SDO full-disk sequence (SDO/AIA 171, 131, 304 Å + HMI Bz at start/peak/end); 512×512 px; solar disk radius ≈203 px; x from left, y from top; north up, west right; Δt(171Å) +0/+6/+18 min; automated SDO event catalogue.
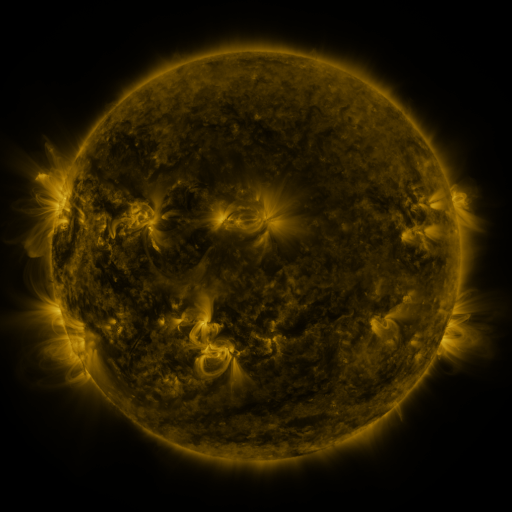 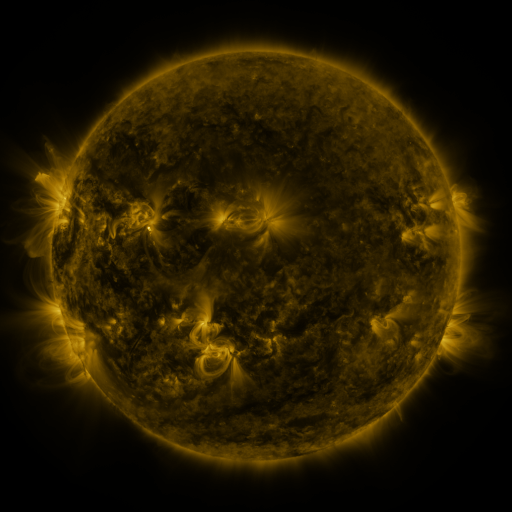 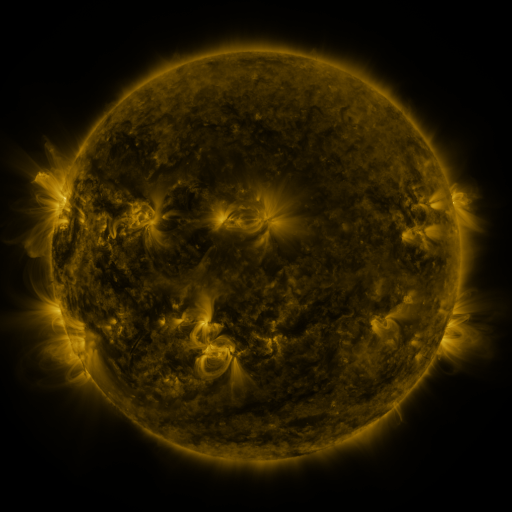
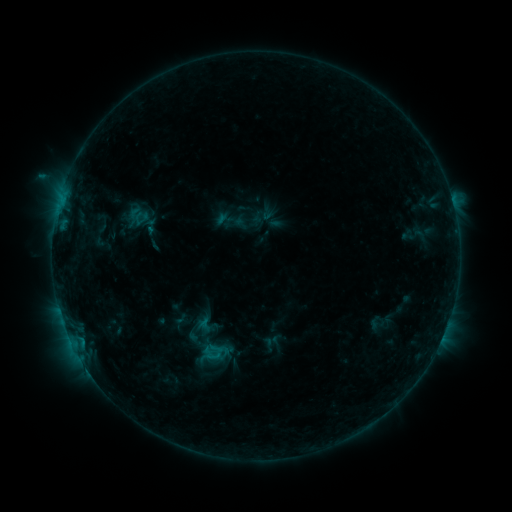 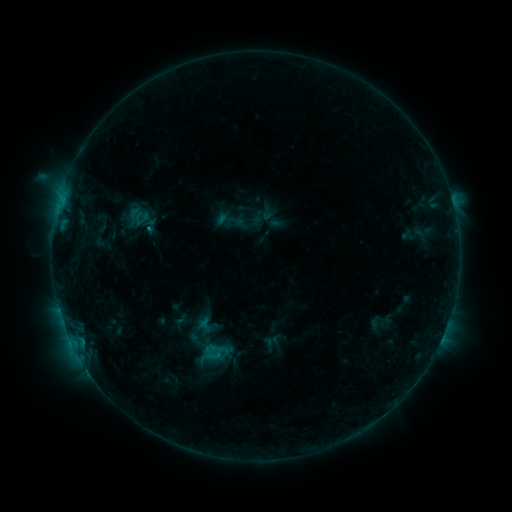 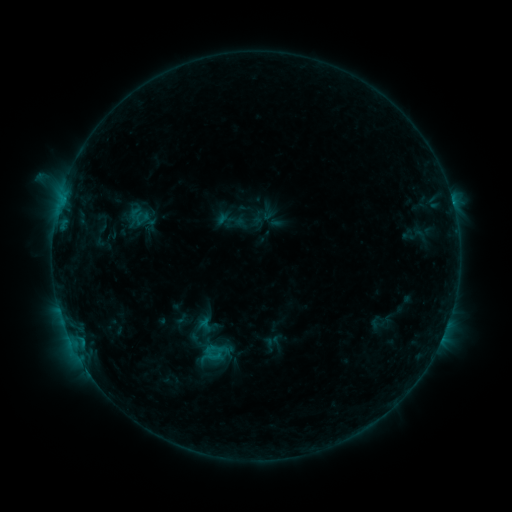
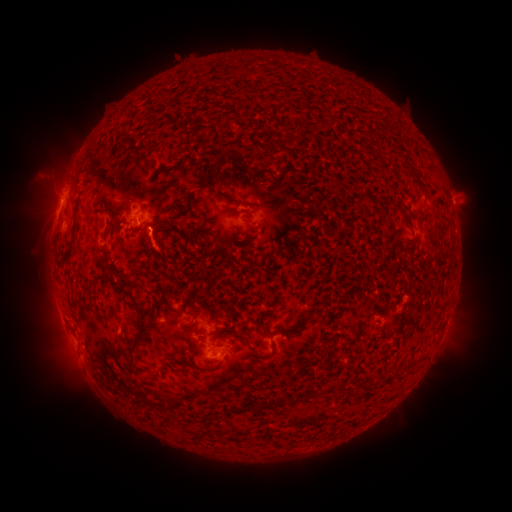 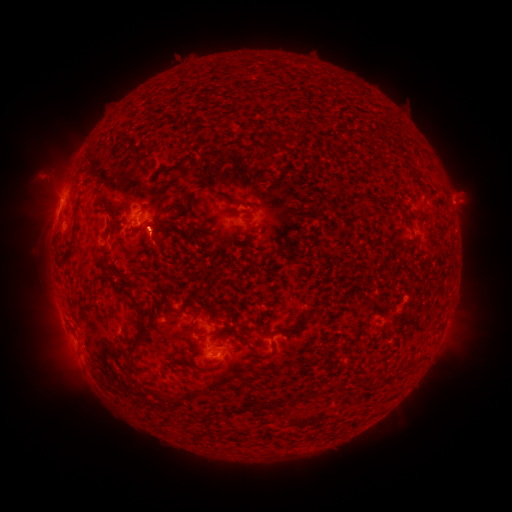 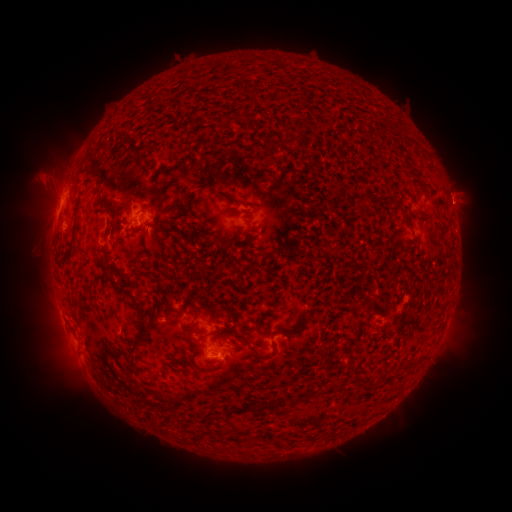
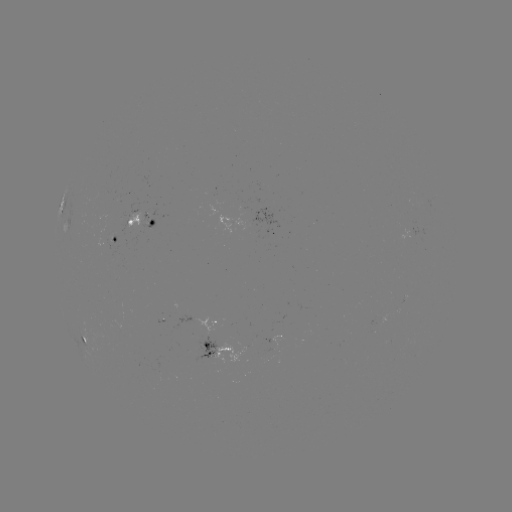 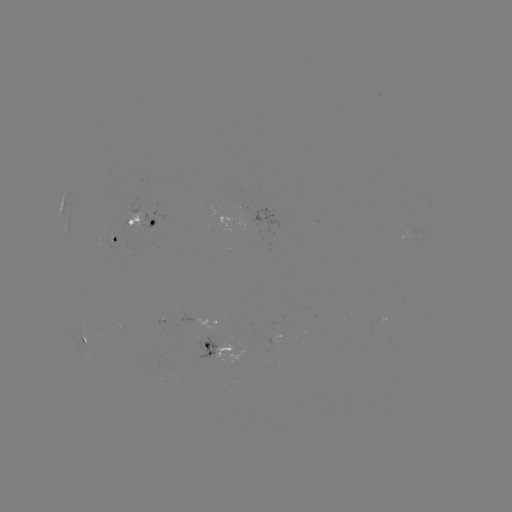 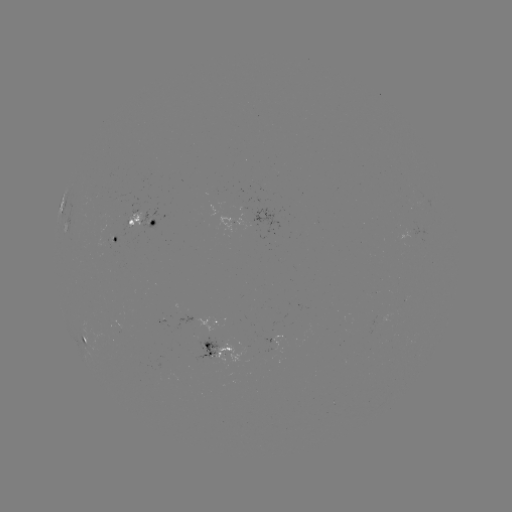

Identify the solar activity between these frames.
eruption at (156, 249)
